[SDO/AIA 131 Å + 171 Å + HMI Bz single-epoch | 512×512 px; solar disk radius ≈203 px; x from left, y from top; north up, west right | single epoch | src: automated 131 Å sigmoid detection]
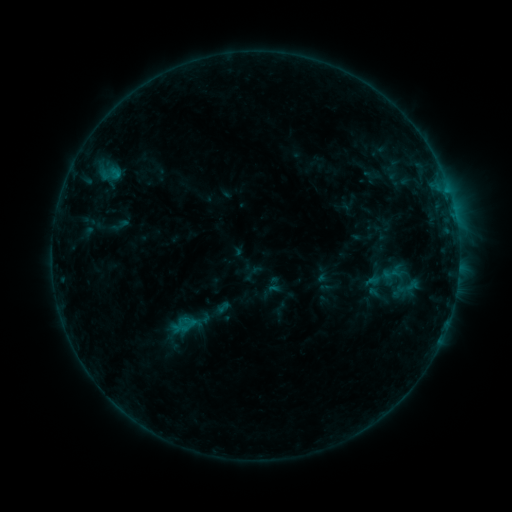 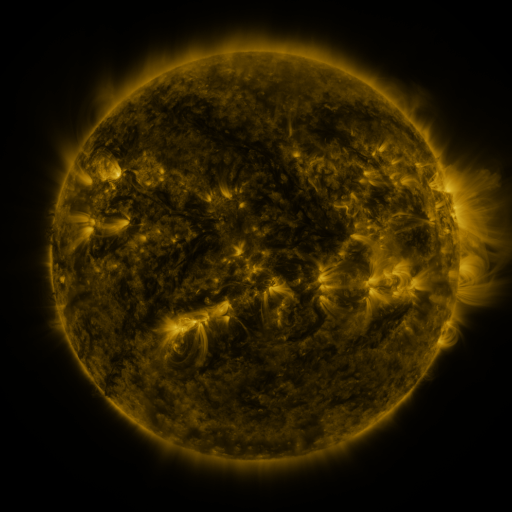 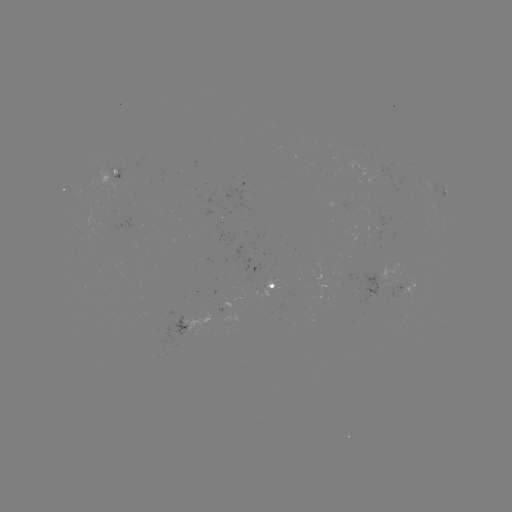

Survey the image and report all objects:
sigmoid: (392, 274)
